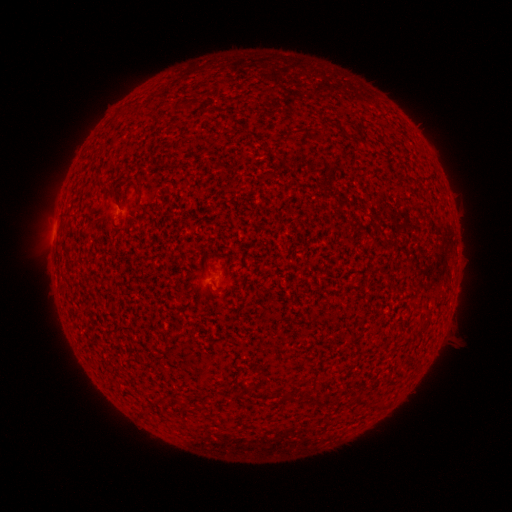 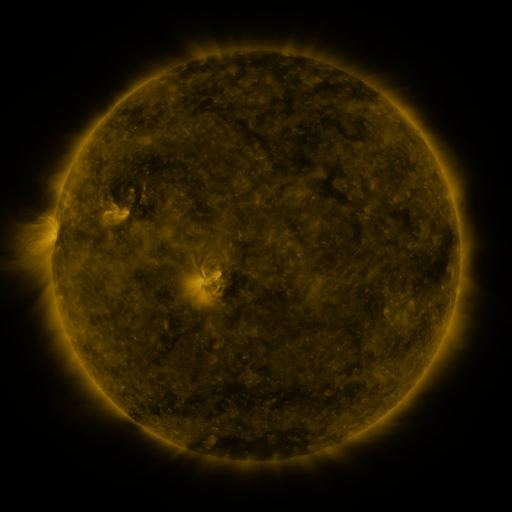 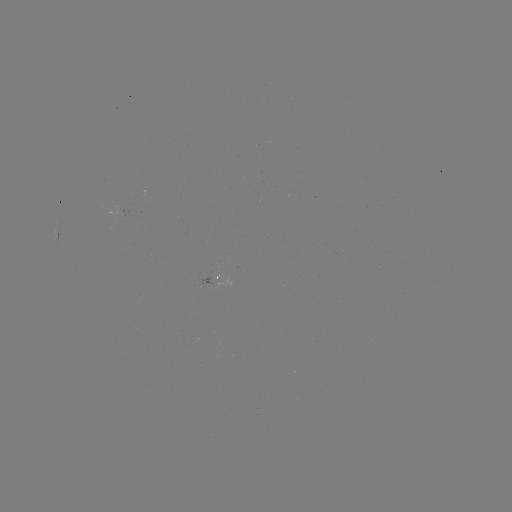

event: spotted active region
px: (214, 283)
